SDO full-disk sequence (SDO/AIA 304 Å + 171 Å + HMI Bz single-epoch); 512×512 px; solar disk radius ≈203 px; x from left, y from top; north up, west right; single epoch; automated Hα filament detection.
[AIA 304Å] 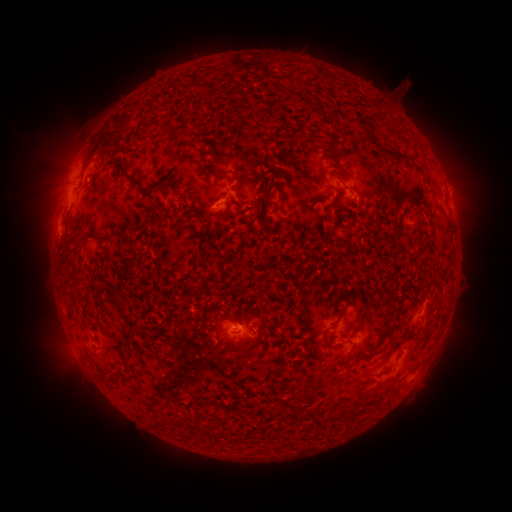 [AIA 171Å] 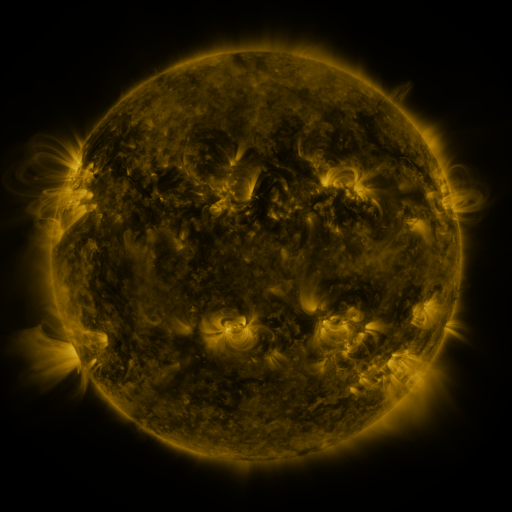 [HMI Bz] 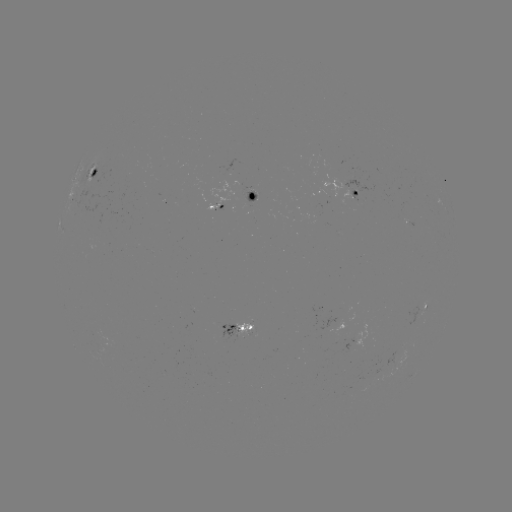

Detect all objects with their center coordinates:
filament: [373, 100, 381, 110]
filament: [114, 118, 125, 140]
filament: [391, 151, 406, 161]
filament: [82, 155, 94, 170]
filament: [113, 157, 142, 191]
filament: [218, 170, 242, 193]
filament: [256, 174, 266, 182]
filament: [138, 184, 156, 203]
filament: [160, 200, 173, 219]
filament: [205, 208, 212, 219]
filament: [71, 239, 80, 257]
filament: [338, 306, 345, 319]
filament: [256, 323, 268, 332]
filament: [119, 337, 132, 350]
filament: [242, 348, 252, 357]
filament: [106, 374, 117, 383]
filament: [298, 408, 315, 421]
